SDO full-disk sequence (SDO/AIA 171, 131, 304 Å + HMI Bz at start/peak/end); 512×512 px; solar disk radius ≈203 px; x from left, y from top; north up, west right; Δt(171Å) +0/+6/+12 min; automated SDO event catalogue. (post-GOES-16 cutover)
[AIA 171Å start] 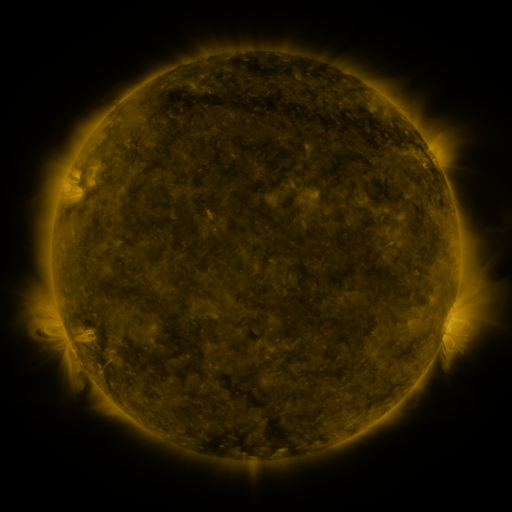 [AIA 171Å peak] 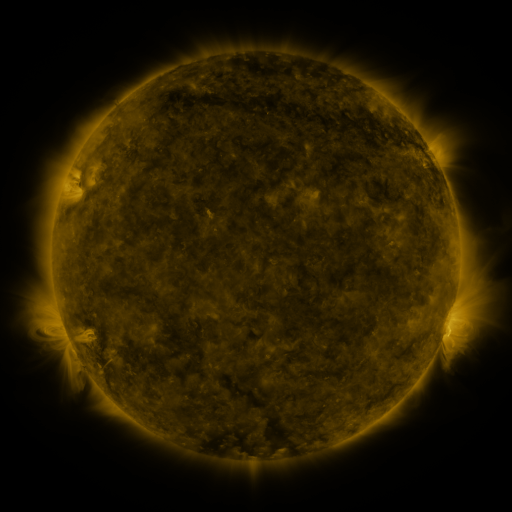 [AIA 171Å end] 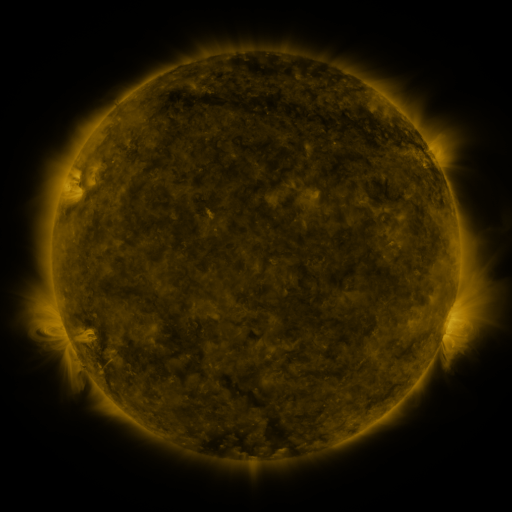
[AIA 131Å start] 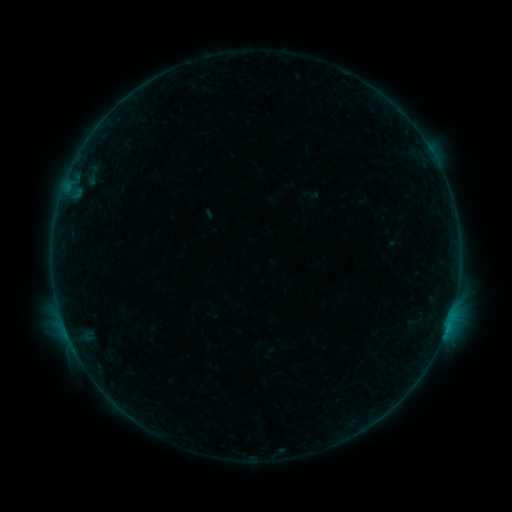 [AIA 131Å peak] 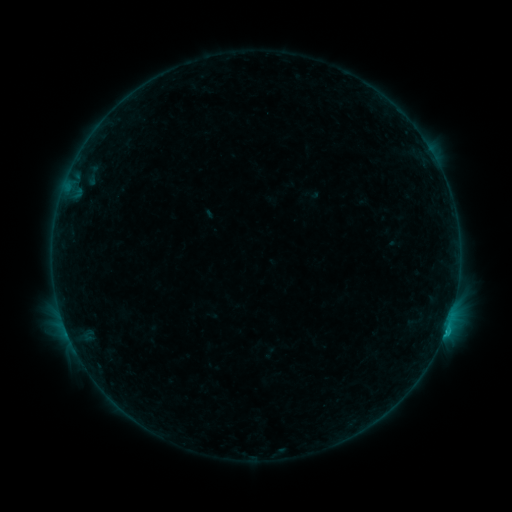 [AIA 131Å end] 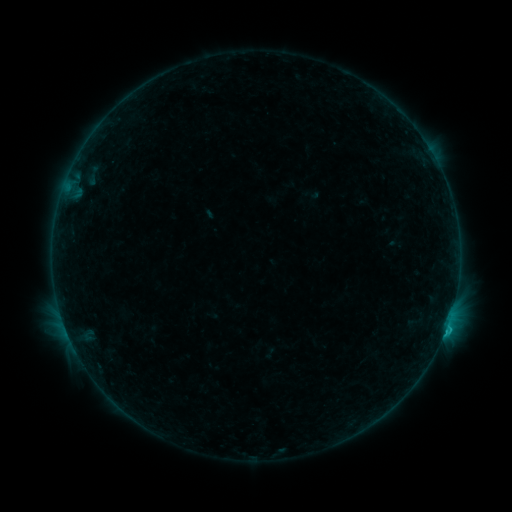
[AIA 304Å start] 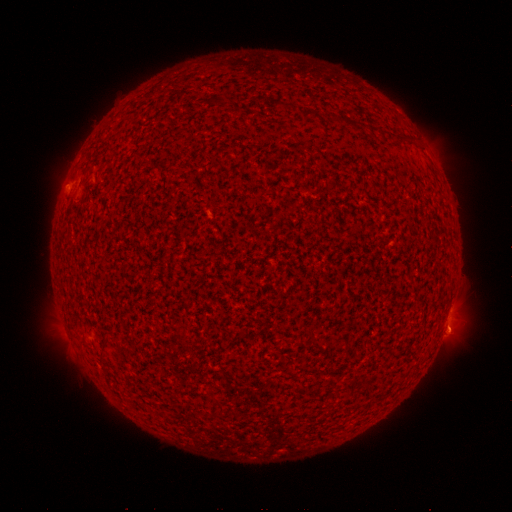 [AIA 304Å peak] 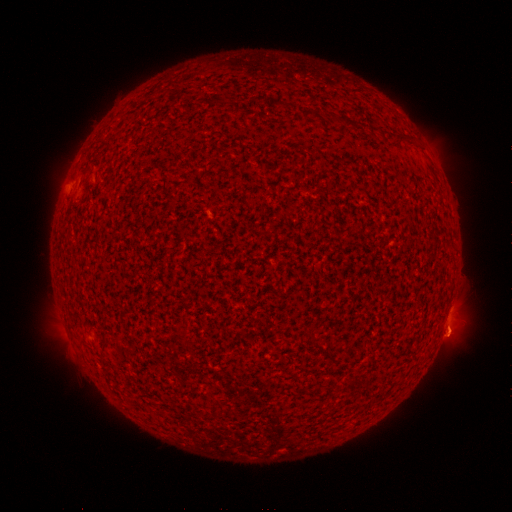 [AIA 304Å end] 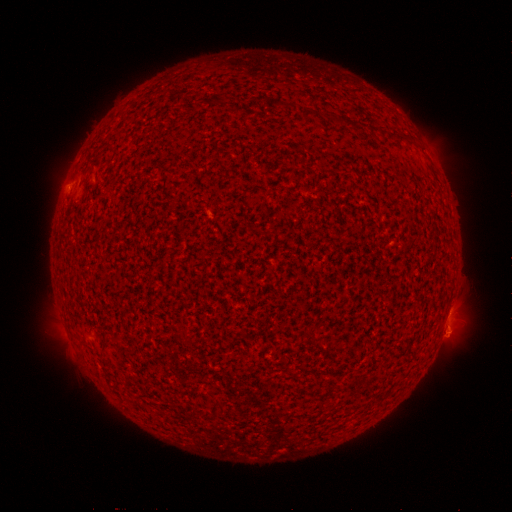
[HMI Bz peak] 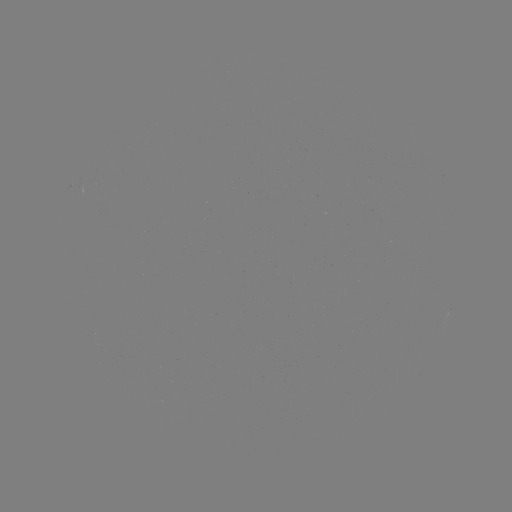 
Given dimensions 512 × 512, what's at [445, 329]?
B9.7 flare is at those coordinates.